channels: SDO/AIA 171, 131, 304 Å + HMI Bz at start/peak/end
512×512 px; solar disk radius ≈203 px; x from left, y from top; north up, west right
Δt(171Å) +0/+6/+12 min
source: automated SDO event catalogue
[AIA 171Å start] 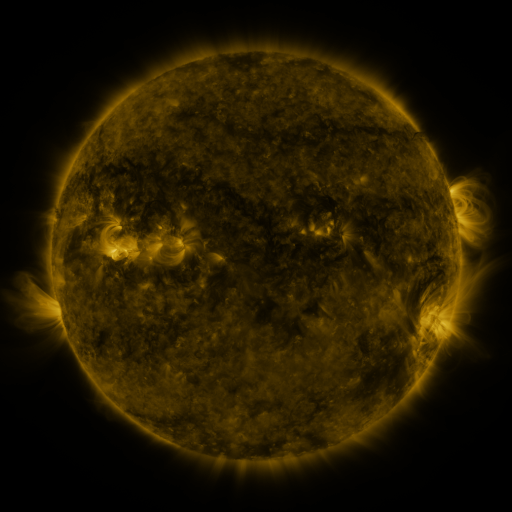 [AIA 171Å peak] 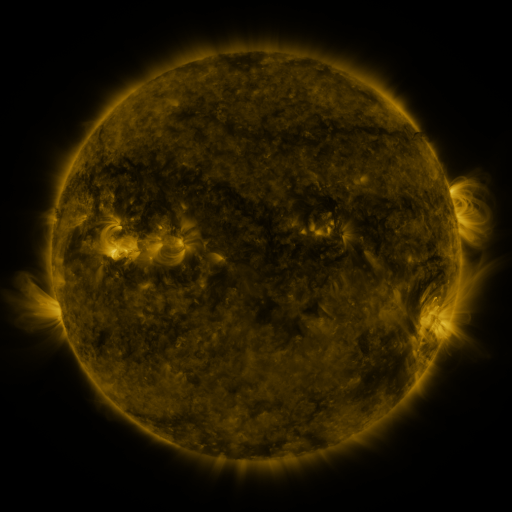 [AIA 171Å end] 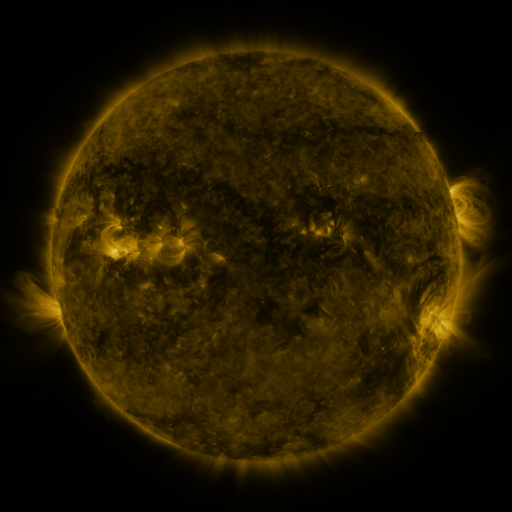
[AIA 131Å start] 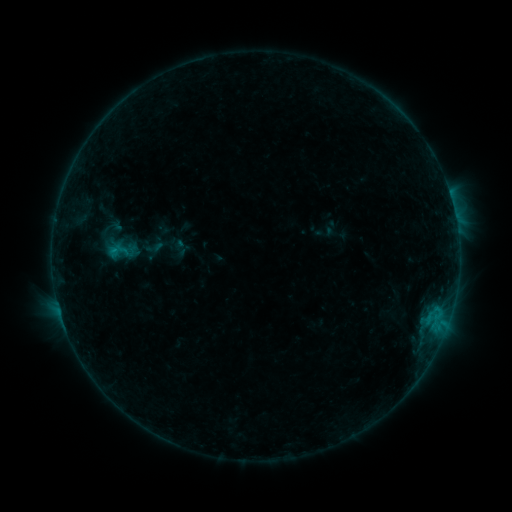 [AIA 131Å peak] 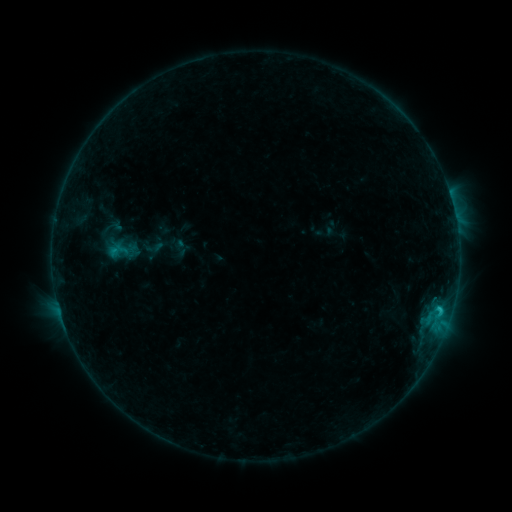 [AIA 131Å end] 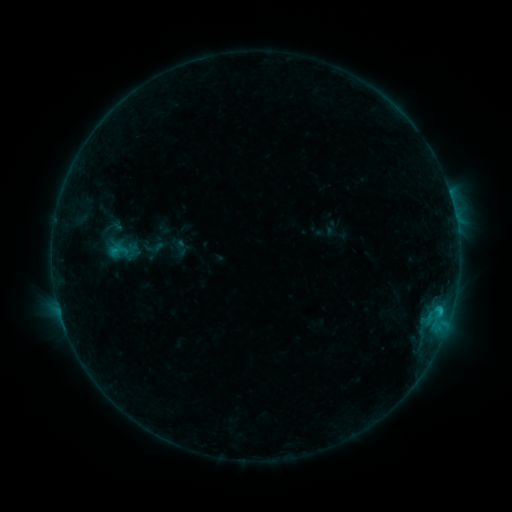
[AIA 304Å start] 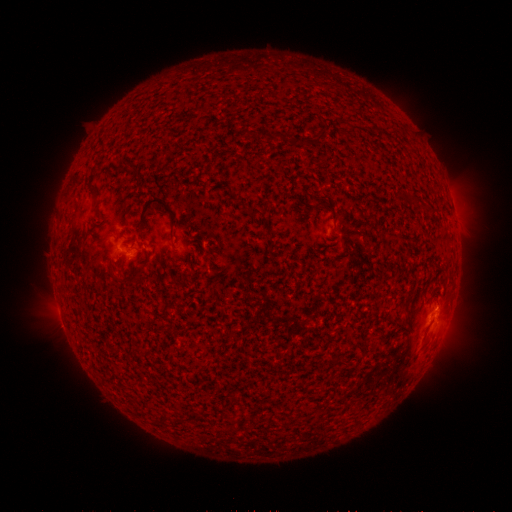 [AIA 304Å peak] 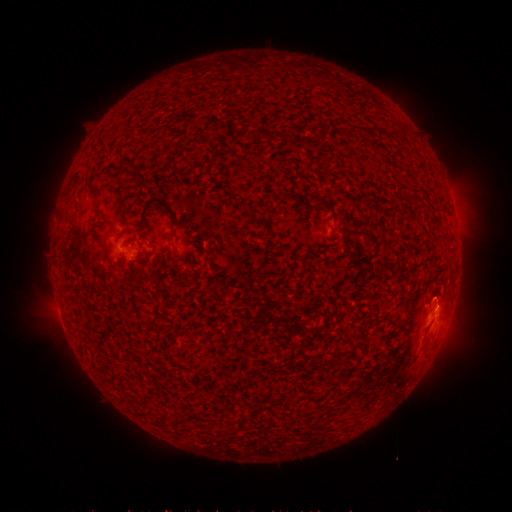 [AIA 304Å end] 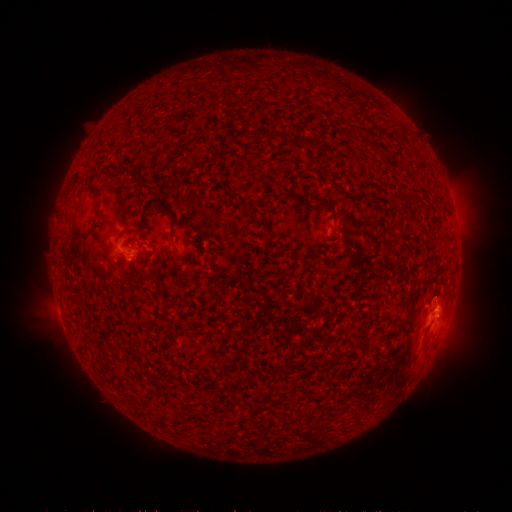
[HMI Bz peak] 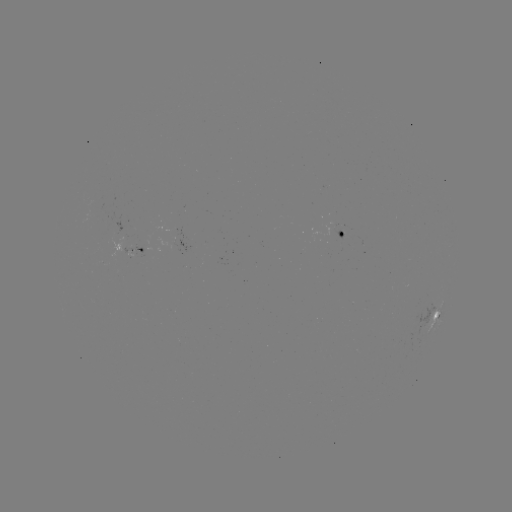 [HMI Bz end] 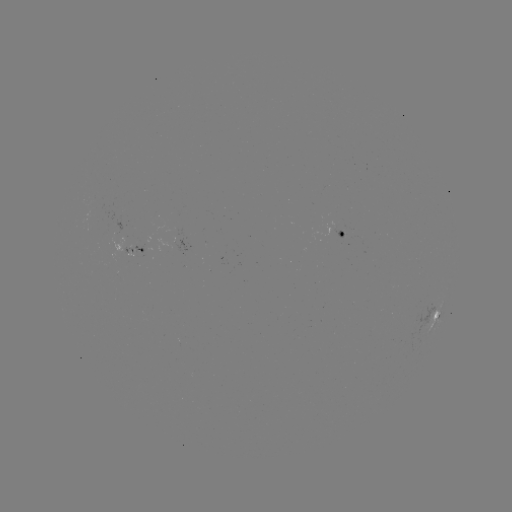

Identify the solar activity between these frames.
B9.4 flare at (439, 306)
